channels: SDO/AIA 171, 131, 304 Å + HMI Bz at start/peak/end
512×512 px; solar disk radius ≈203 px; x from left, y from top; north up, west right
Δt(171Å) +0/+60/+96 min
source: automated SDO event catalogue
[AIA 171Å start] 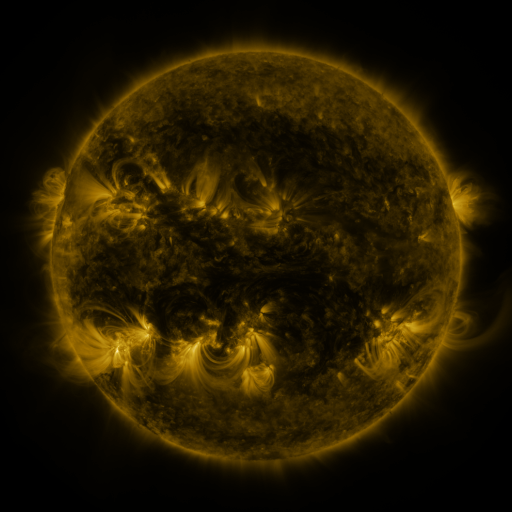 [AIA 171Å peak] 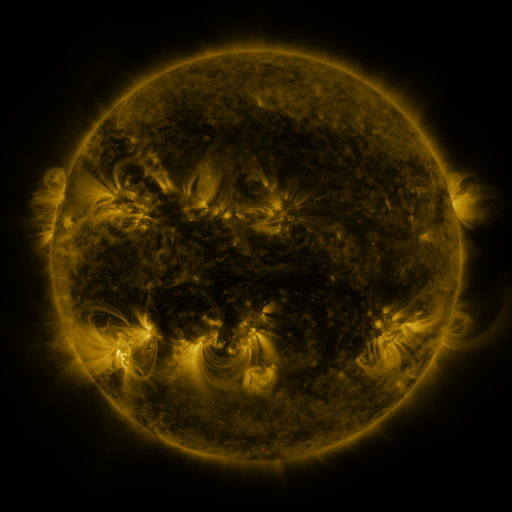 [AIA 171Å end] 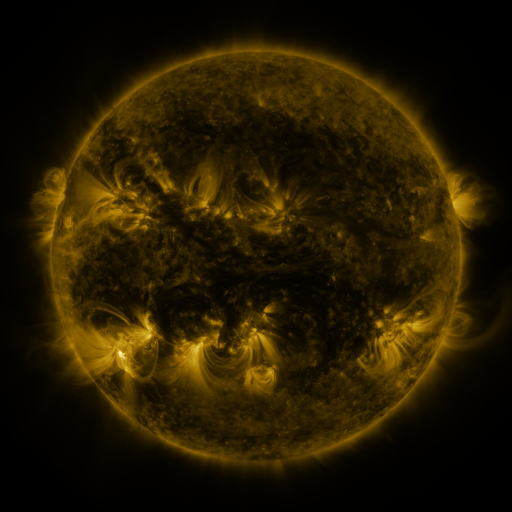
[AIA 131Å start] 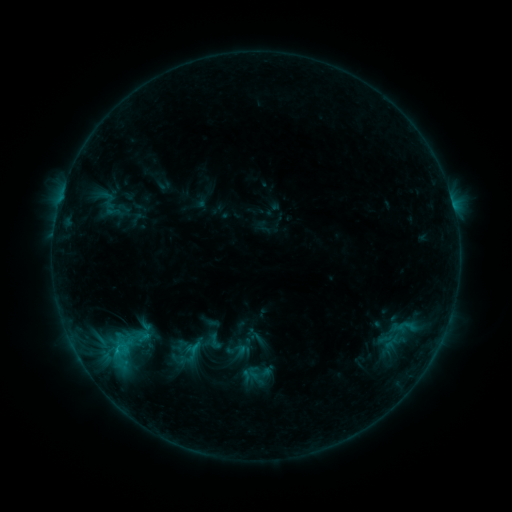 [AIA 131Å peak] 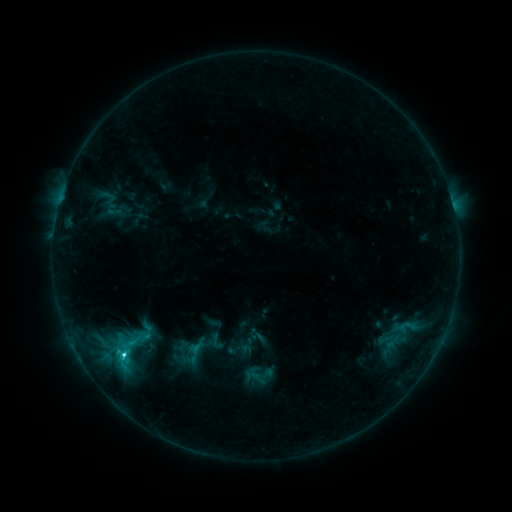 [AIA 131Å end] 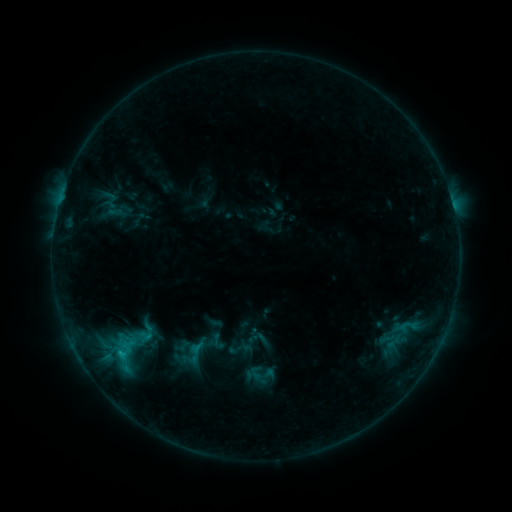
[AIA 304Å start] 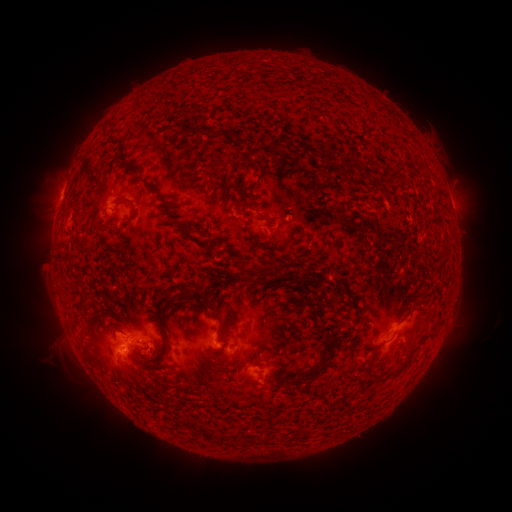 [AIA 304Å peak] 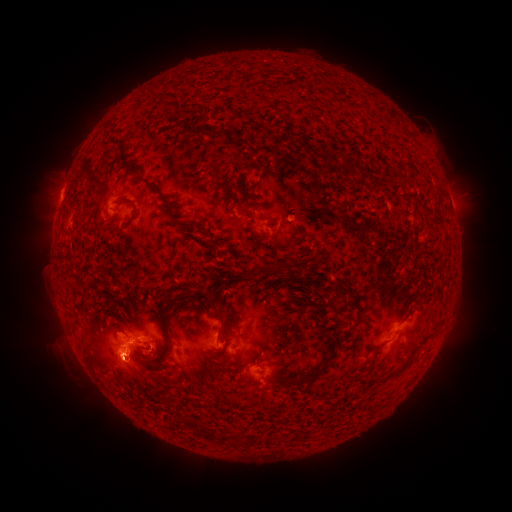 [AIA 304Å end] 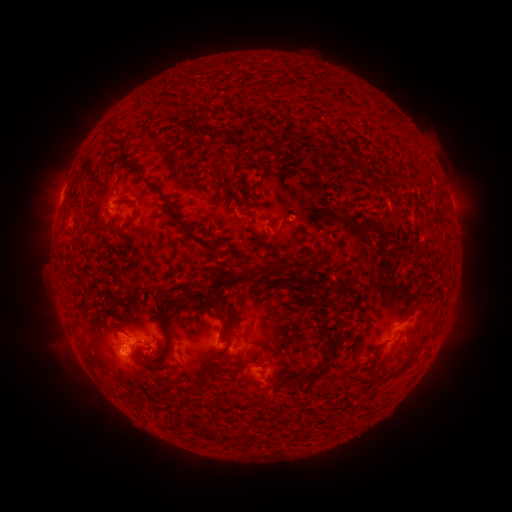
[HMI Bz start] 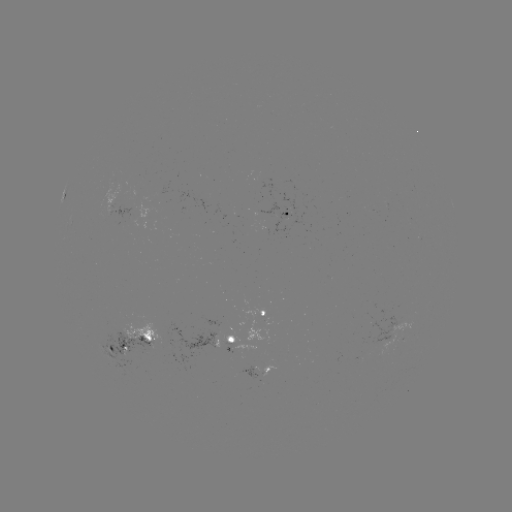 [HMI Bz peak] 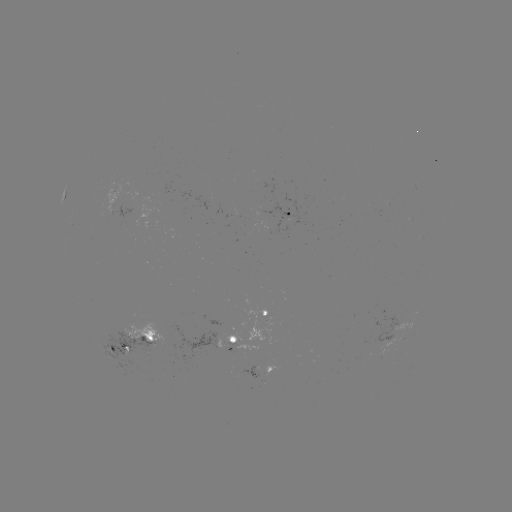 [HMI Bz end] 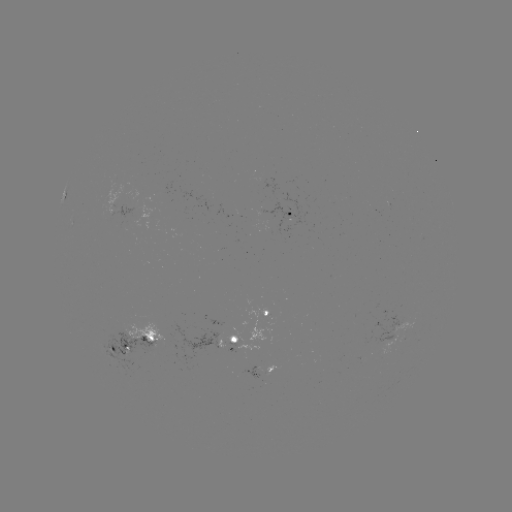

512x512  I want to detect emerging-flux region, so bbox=[364, 322, 413, 353].